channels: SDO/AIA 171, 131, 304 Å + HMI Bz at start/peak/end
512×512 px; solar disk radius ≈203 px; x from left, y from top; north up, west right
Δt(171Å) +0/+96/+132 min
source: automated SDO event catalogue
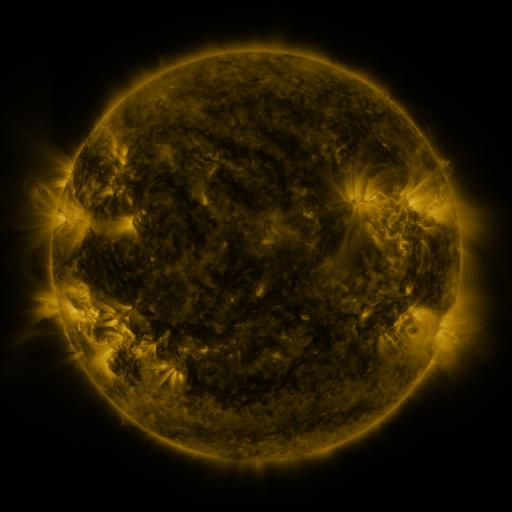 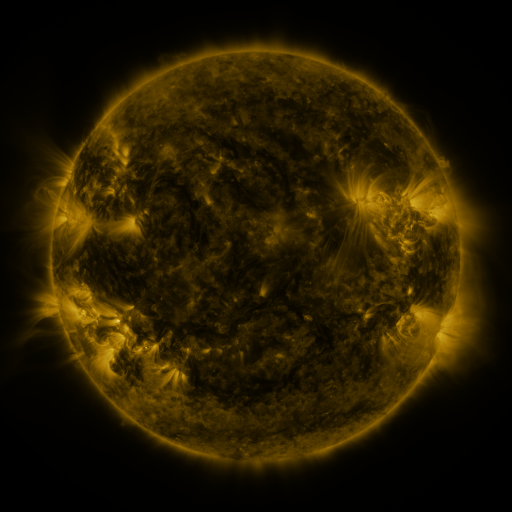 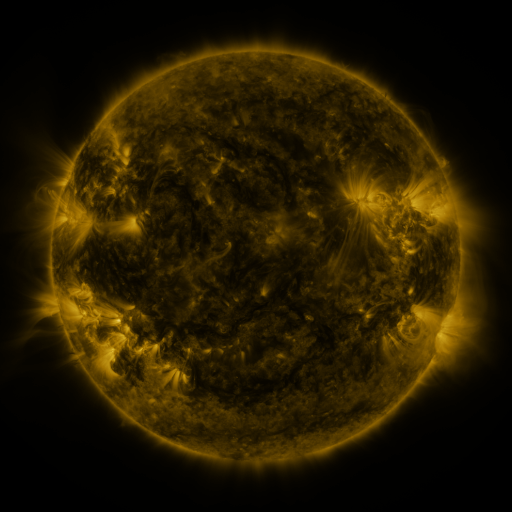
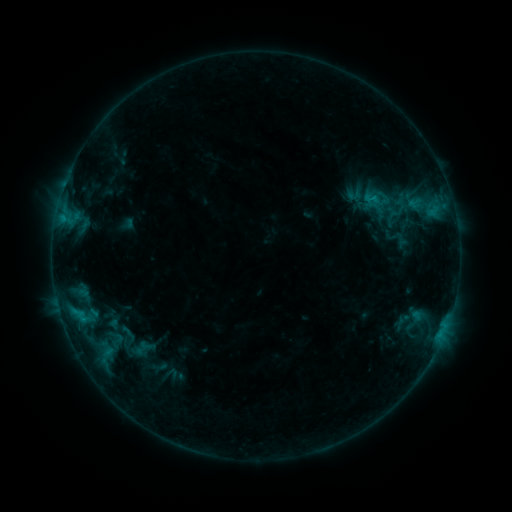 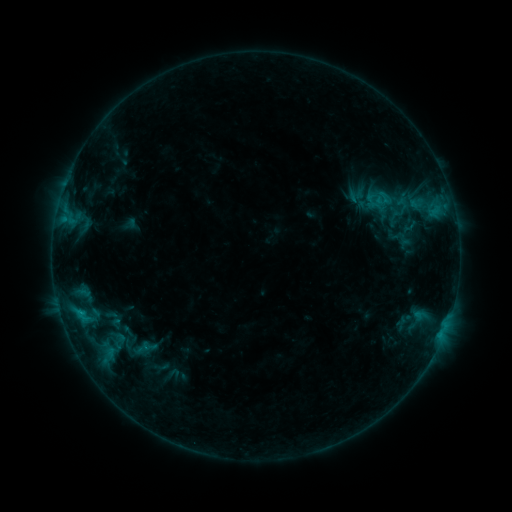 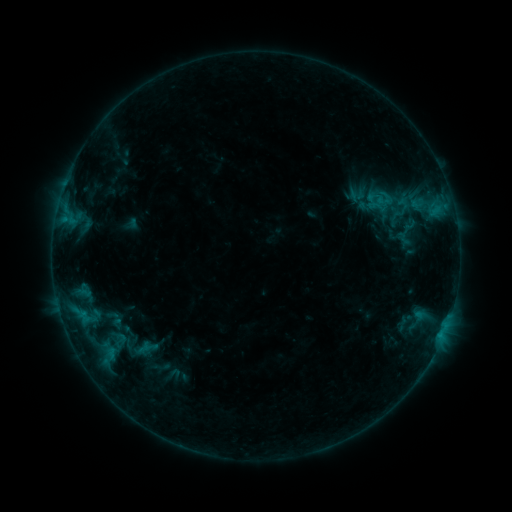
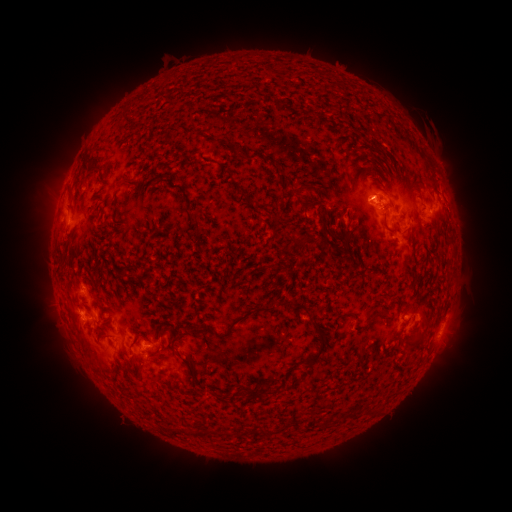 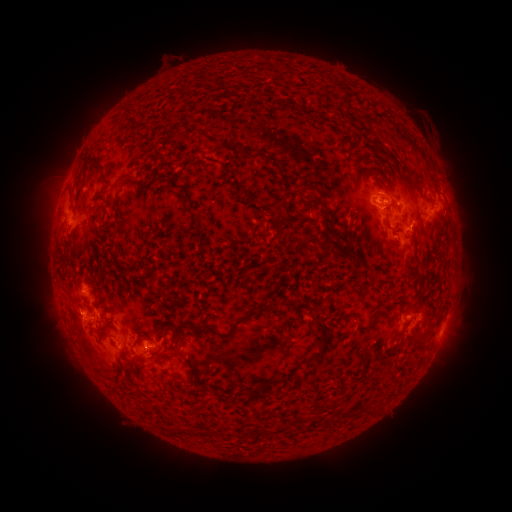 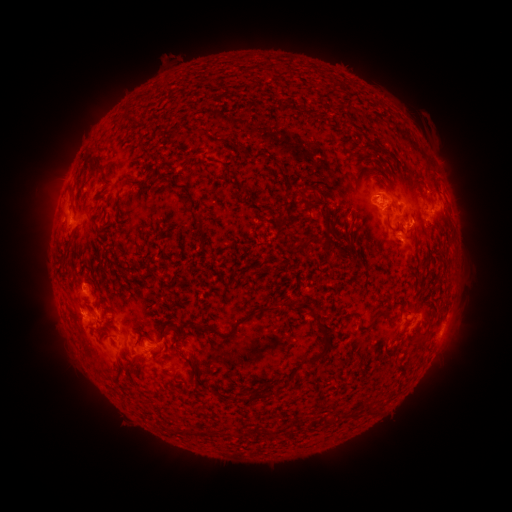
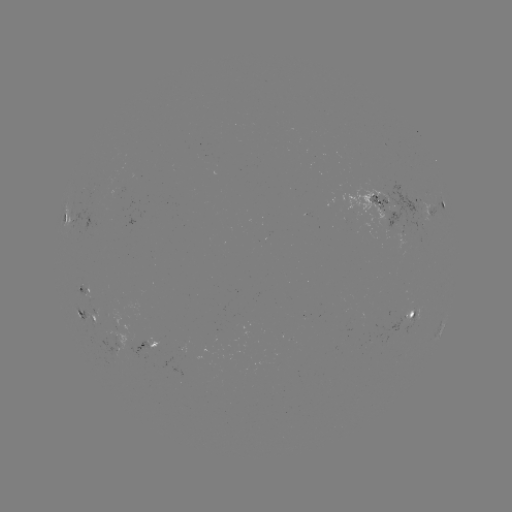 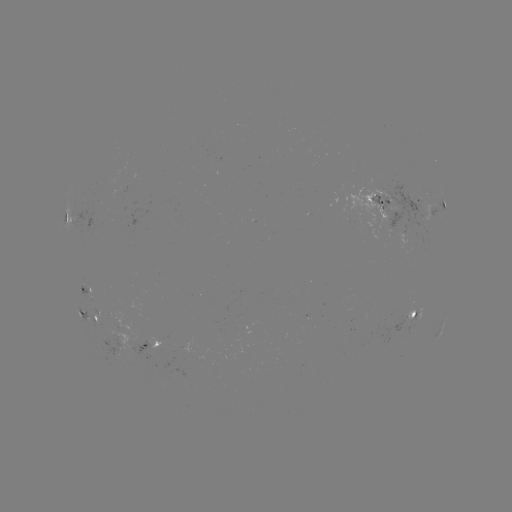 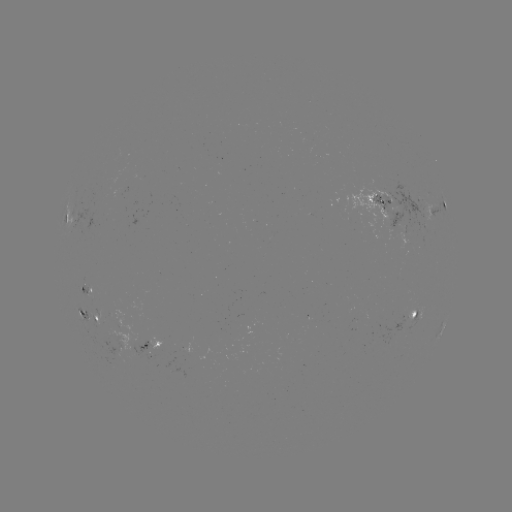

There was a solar emerging-flux region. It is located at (158, 347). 